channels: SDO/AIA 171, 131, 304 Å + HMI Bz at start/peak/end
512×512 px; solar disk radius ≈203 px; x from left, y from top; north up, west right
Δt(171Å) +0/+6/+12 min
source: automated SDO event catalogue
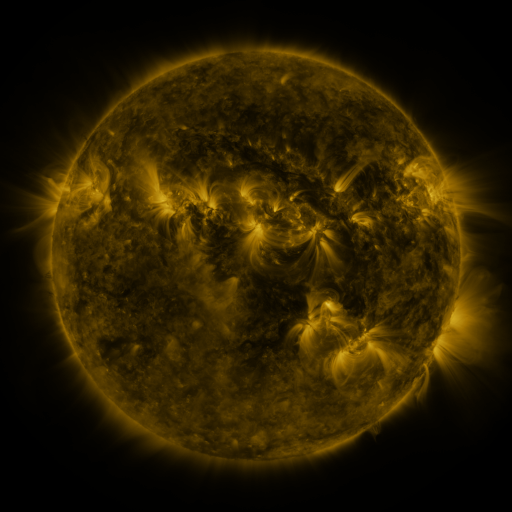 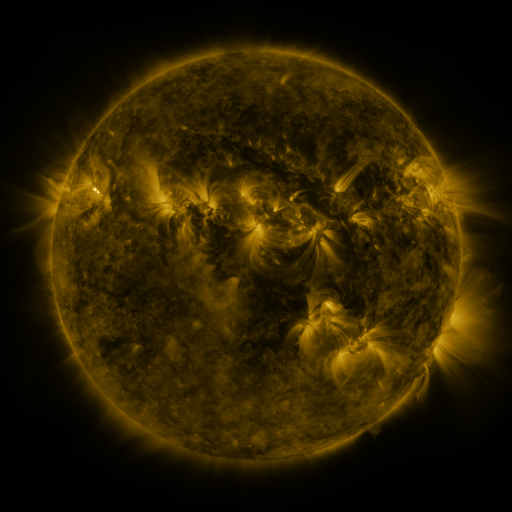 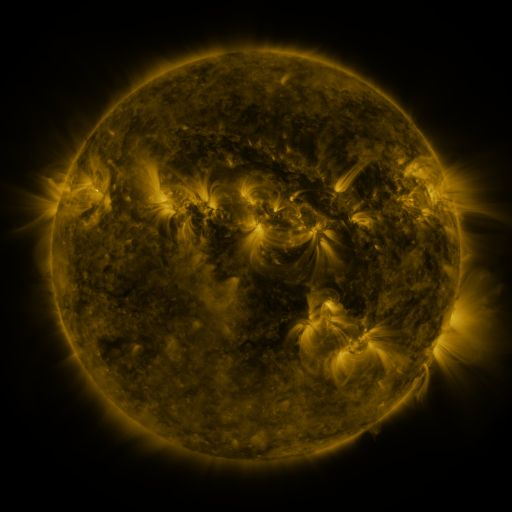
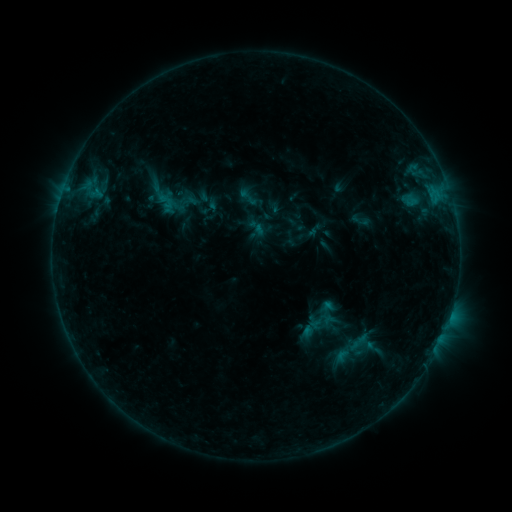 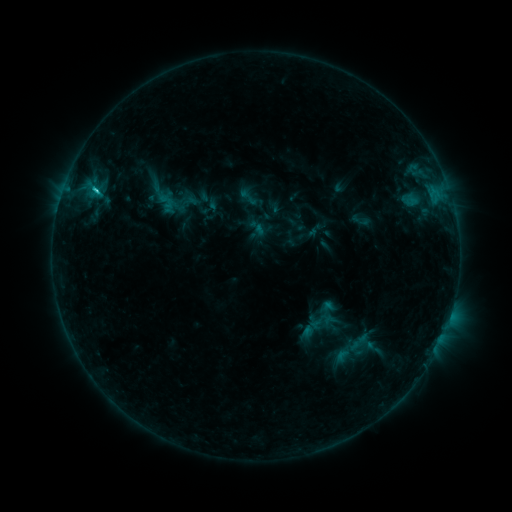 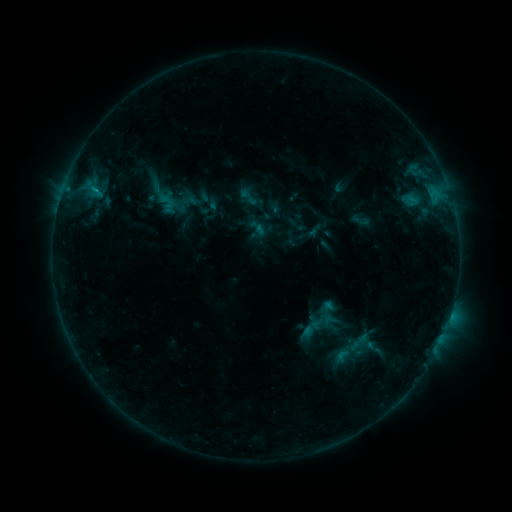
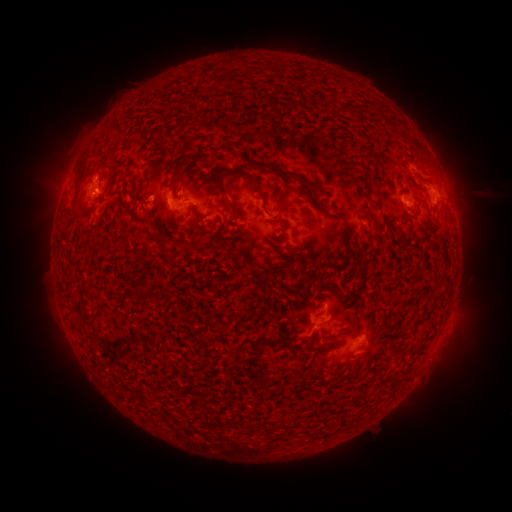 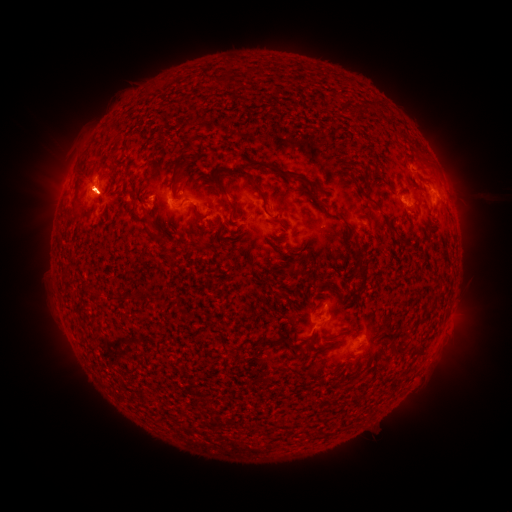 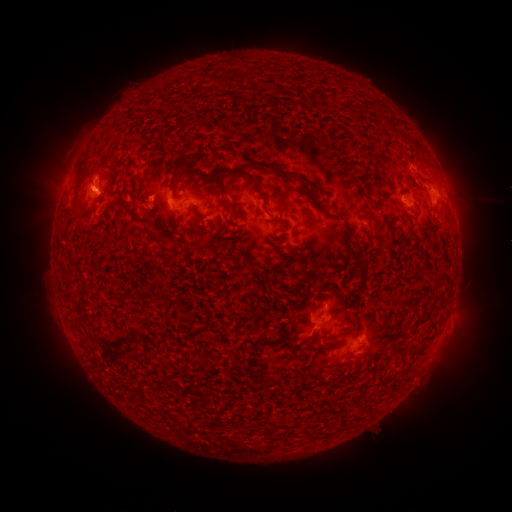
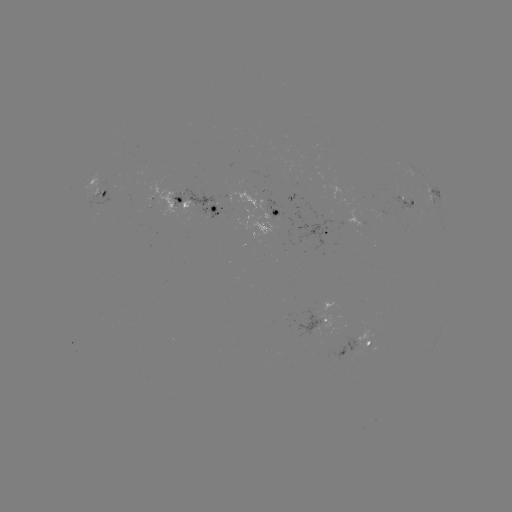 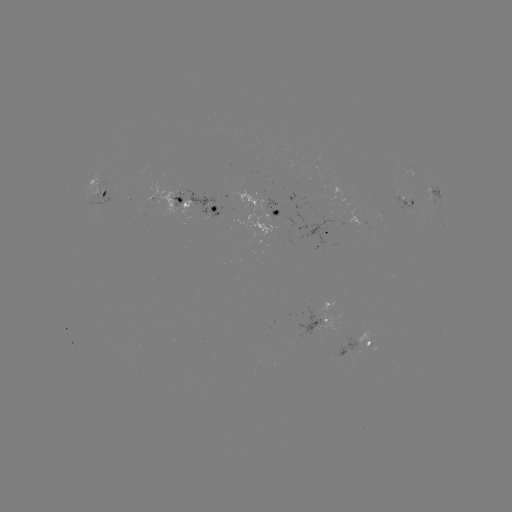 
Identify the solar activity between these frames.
C1.2 flare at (98, 193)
